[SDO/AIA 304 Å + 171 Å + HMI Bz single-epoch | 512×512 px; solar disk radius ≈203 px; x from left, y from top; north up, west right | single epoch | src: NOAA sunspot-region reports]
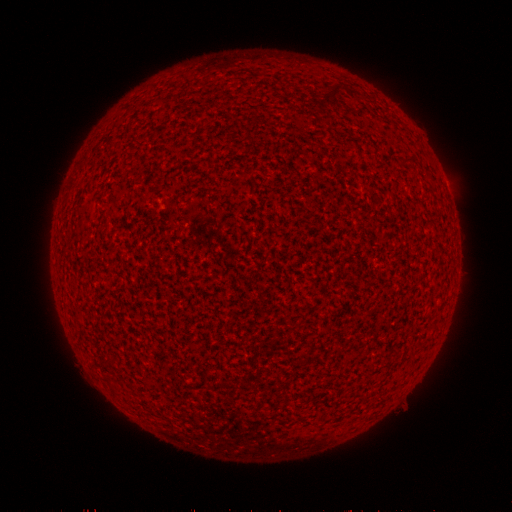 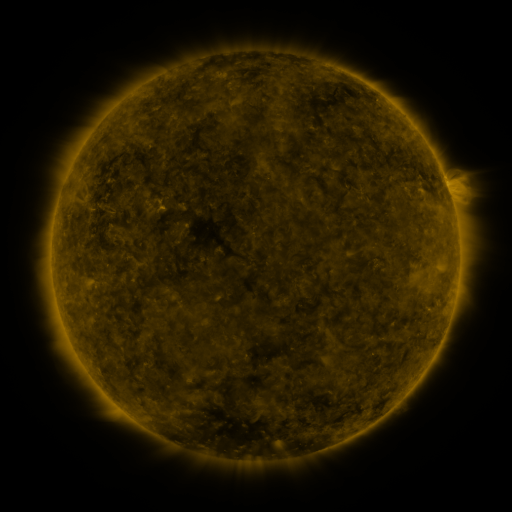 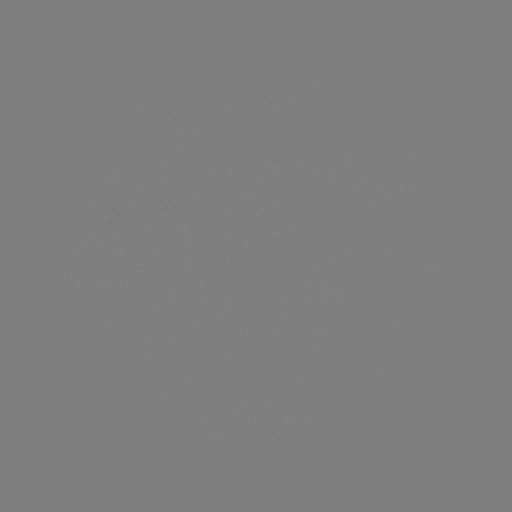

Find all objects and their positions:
(none)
